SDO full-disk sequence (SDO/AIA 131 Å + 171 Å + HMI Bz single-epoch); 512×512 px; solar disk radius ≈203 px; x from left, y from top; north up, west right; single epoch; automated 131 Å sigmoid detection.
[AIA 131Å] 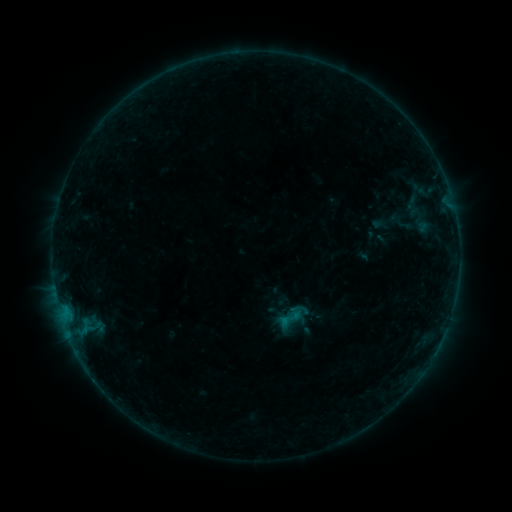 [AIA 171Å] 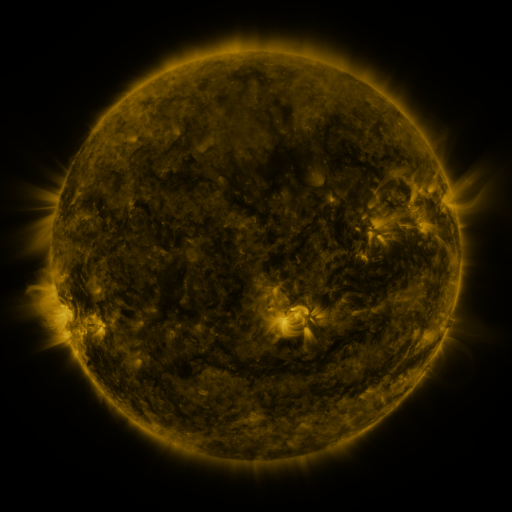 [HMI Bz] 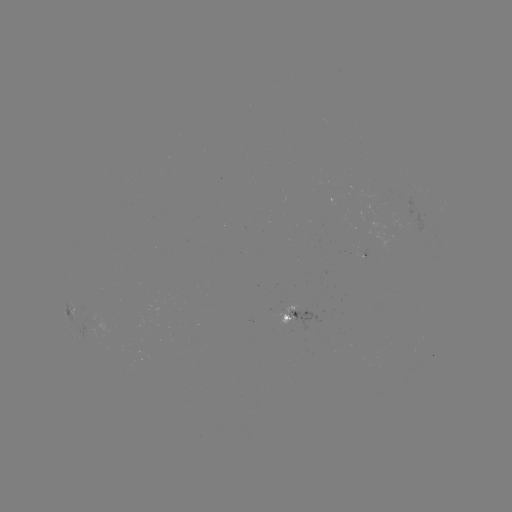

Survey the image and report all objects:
sigmoid: <bbox>276, 305, 303, 332</bbox>
